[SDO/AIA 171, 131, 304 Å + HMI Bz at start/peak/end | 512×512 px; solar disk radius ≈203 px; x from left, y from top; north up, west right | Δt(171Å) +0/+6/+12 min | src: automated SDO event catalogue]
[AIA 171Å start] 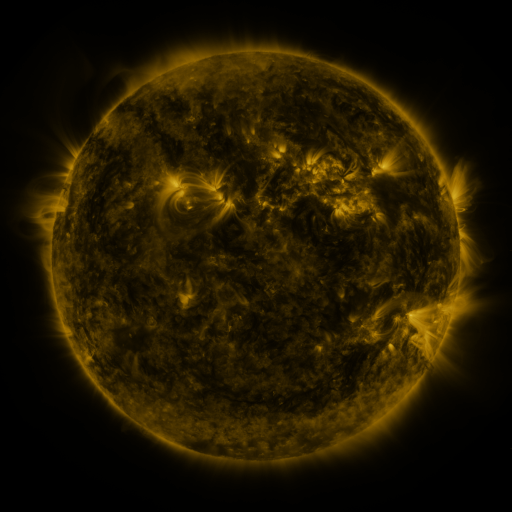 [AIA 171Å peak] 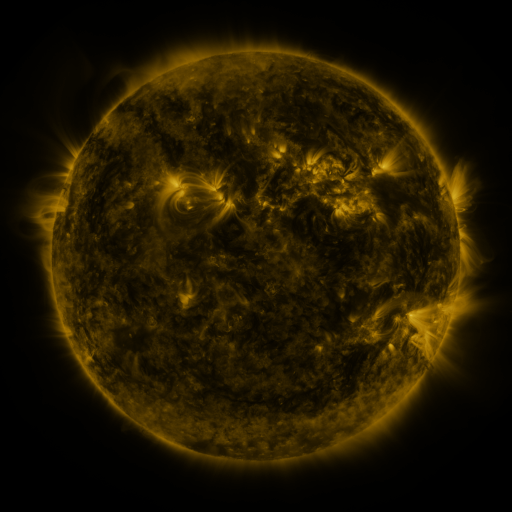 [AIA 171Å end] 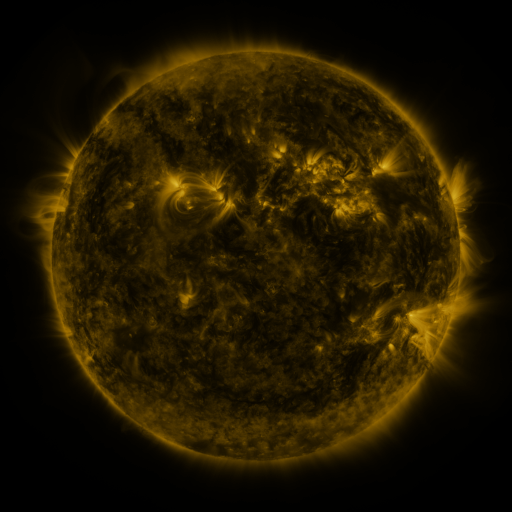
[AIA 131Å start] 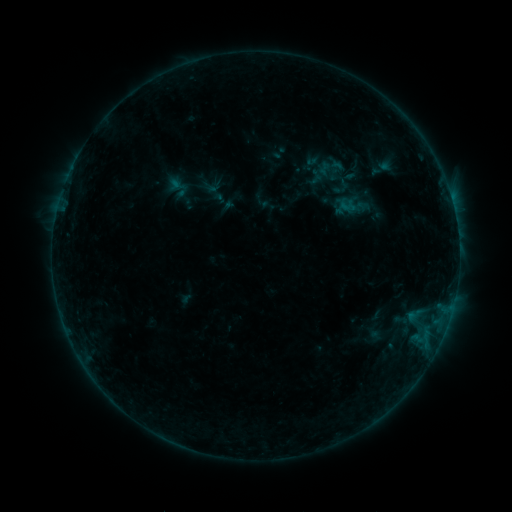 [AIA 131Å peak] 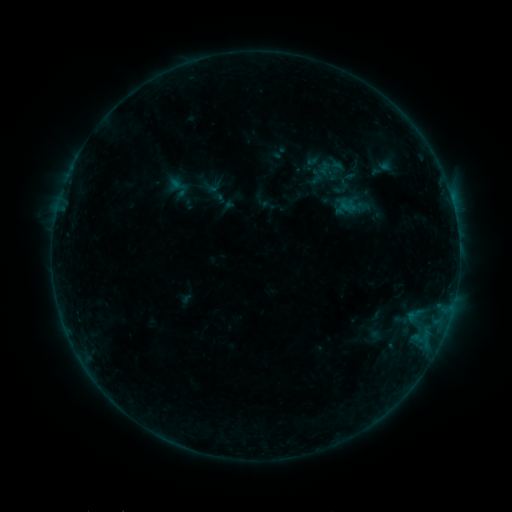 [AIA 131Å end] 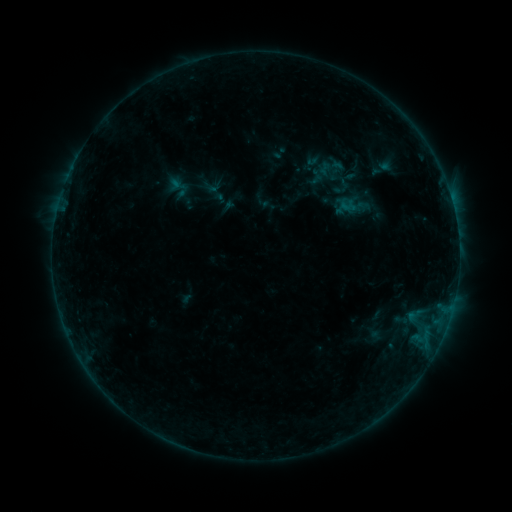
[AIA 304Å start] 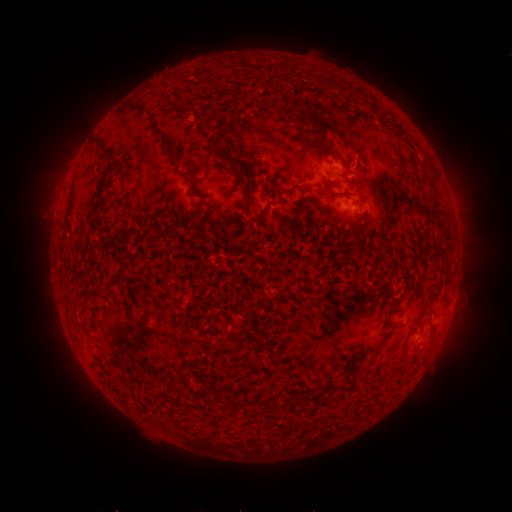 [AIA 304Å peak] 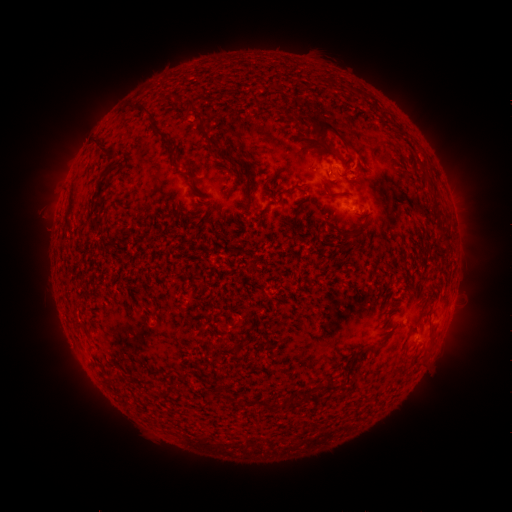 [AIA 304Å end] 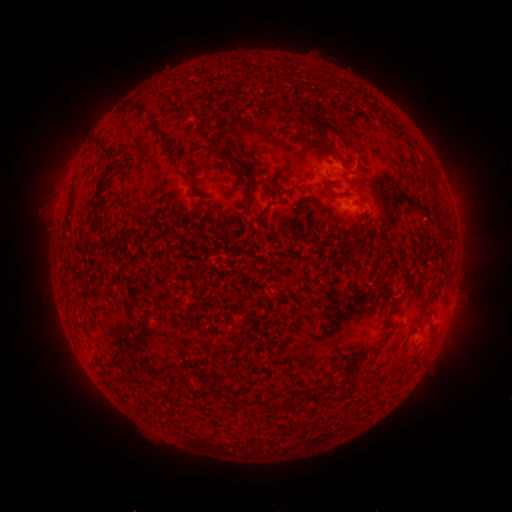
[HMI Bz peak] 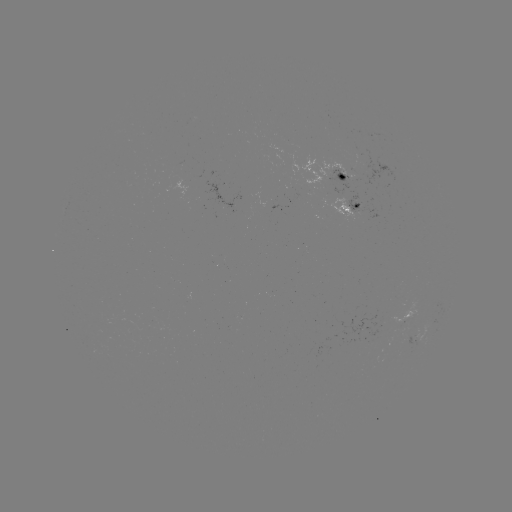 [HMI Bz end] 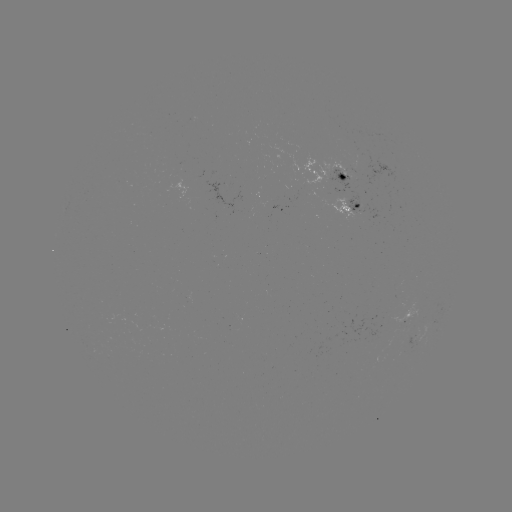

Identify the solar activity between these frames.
no classed flare was catalogued and no EUV brightening was flagged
